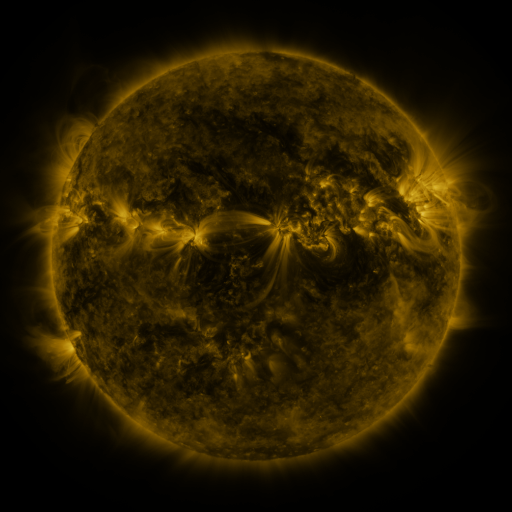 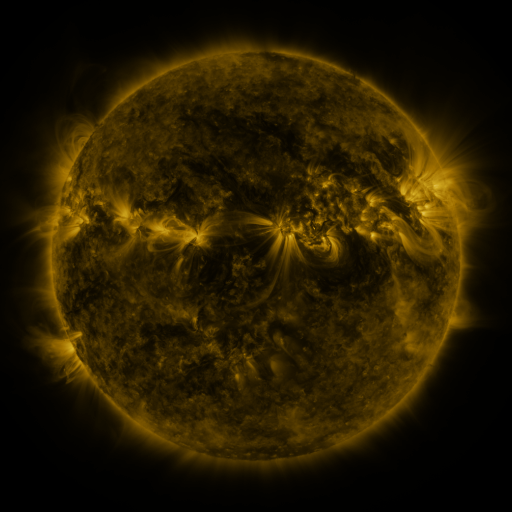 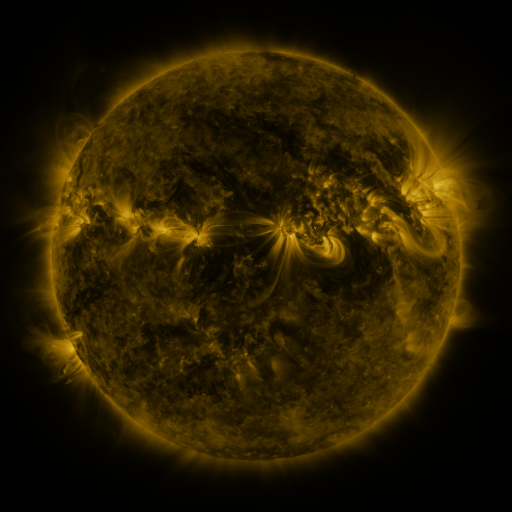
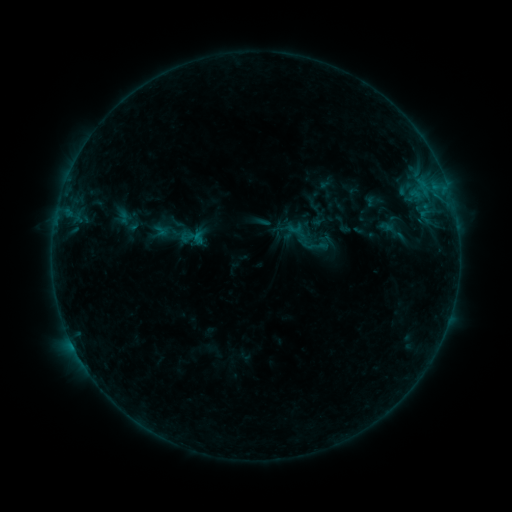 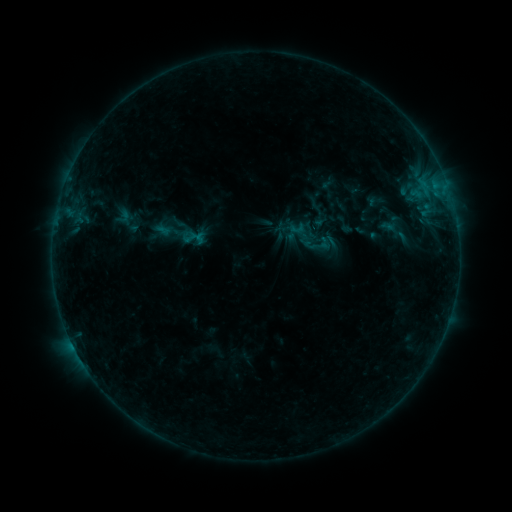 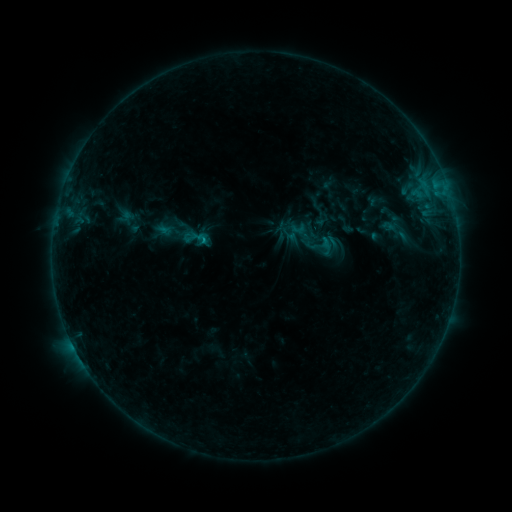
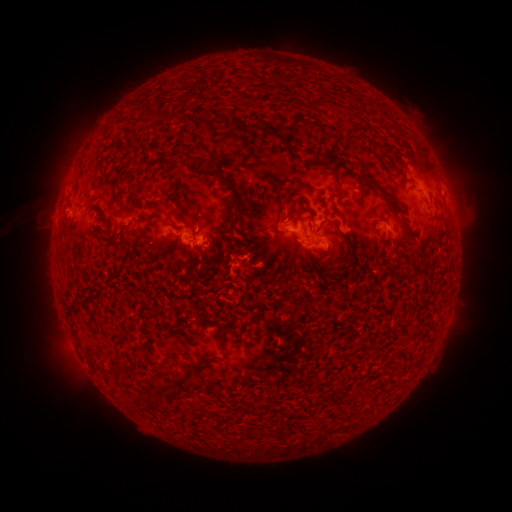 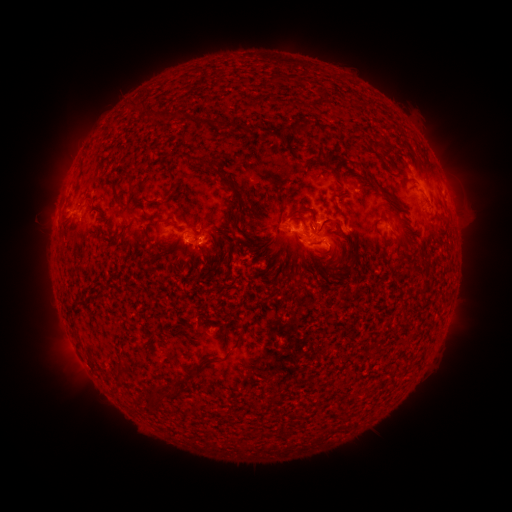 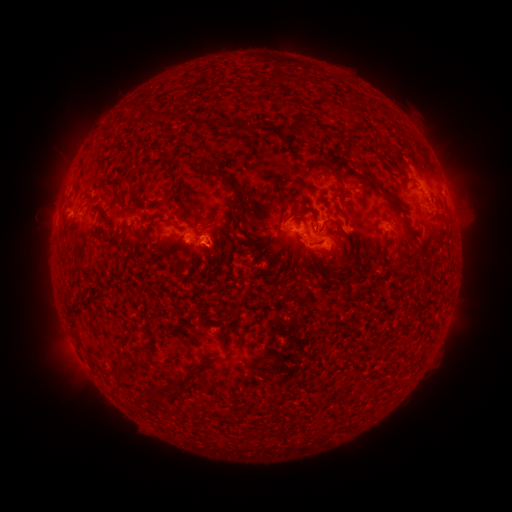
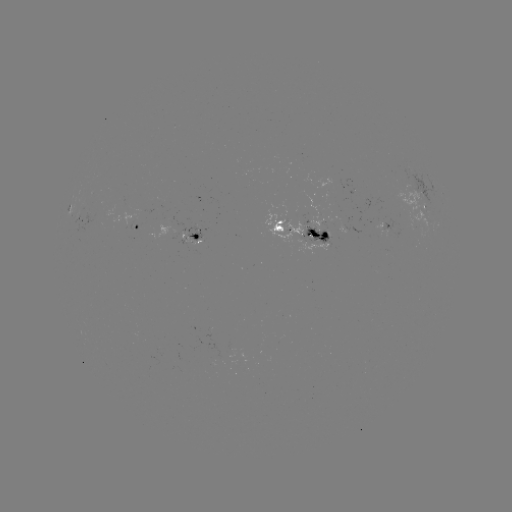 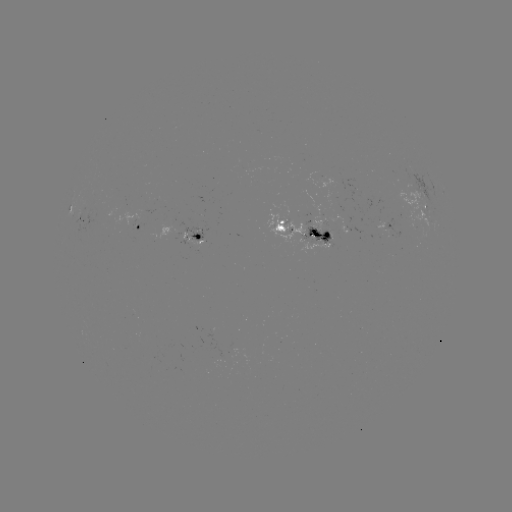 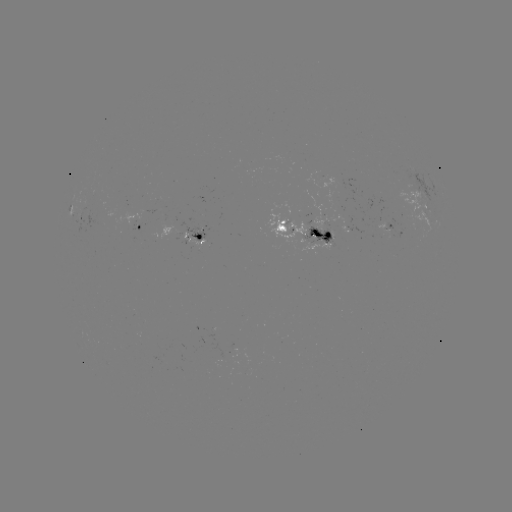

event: emerging-flux region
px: (341, 231)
